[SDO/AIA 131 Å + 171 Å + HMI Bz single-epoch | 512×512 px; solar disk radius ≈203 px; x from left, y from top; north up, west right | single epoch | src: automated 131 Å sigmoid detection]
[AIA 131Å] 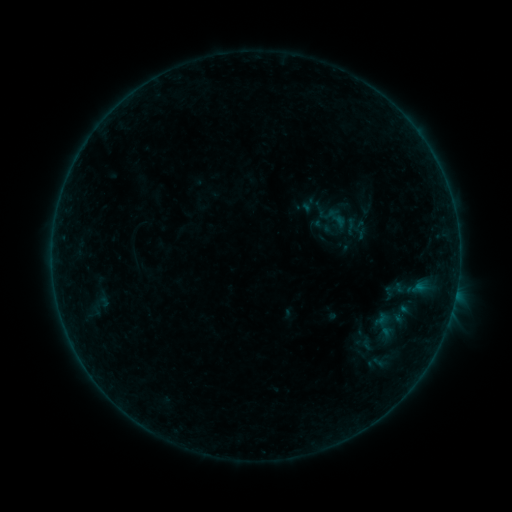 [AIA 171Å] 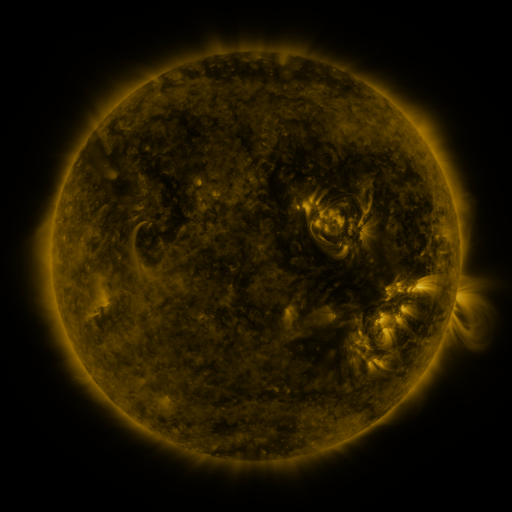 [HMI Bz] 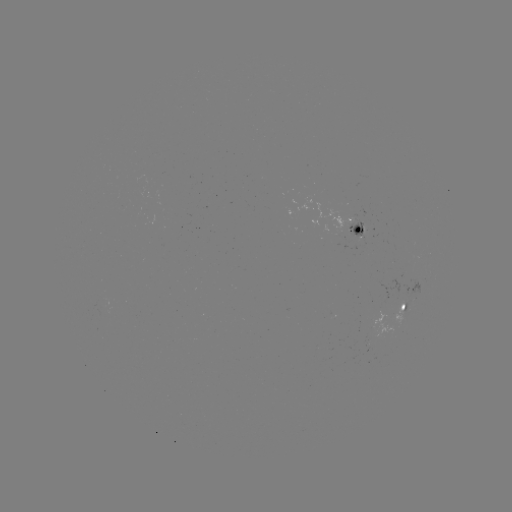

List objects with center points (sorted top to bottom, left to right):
sigmoid: (324, 227)
sigmoid: (417, 289)
